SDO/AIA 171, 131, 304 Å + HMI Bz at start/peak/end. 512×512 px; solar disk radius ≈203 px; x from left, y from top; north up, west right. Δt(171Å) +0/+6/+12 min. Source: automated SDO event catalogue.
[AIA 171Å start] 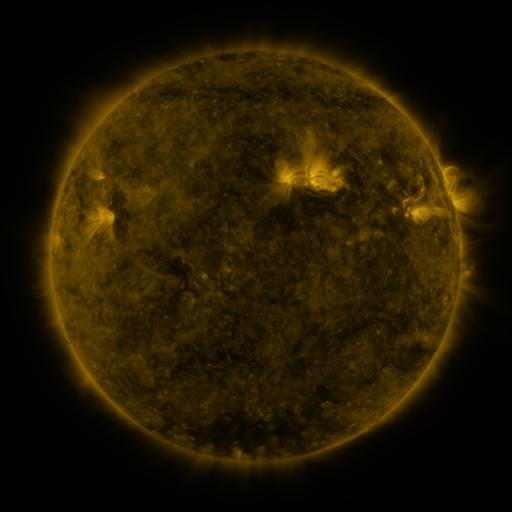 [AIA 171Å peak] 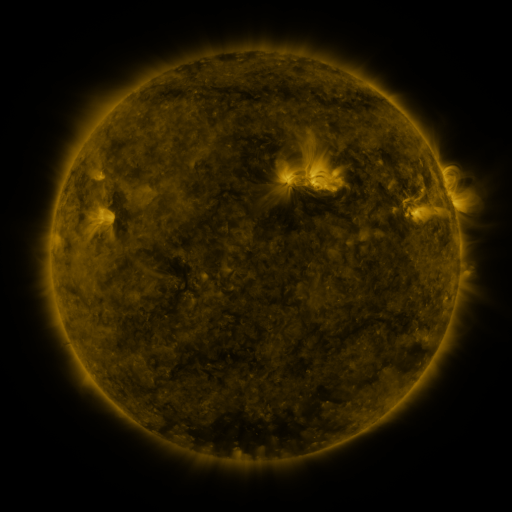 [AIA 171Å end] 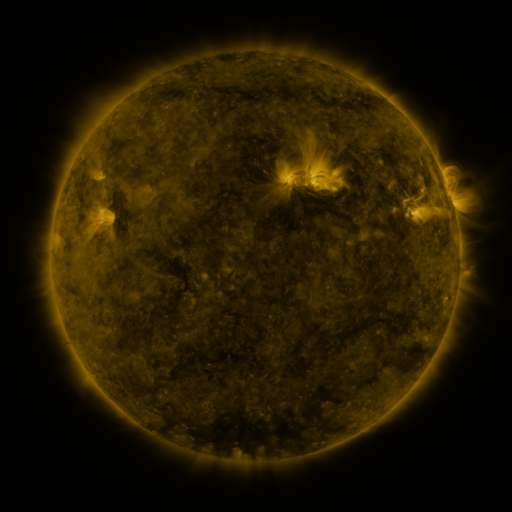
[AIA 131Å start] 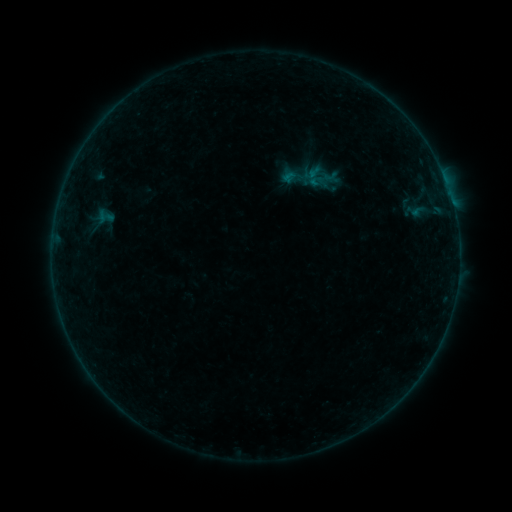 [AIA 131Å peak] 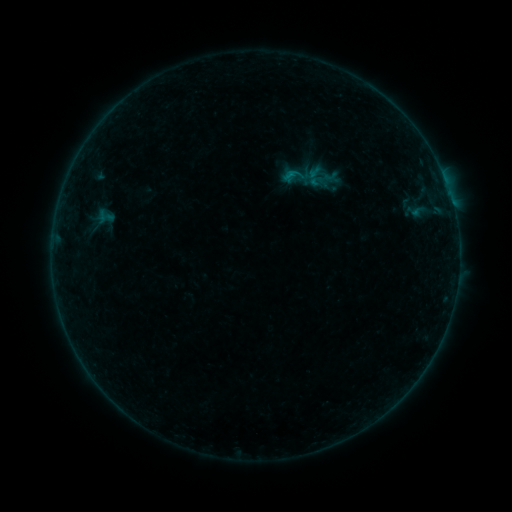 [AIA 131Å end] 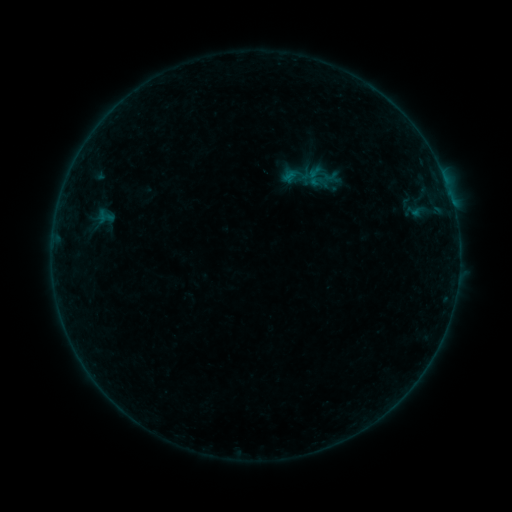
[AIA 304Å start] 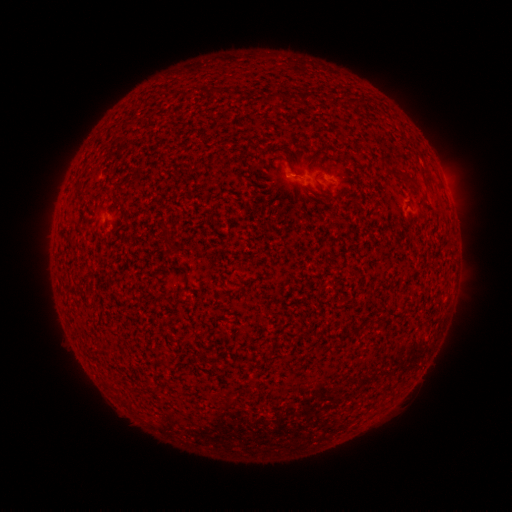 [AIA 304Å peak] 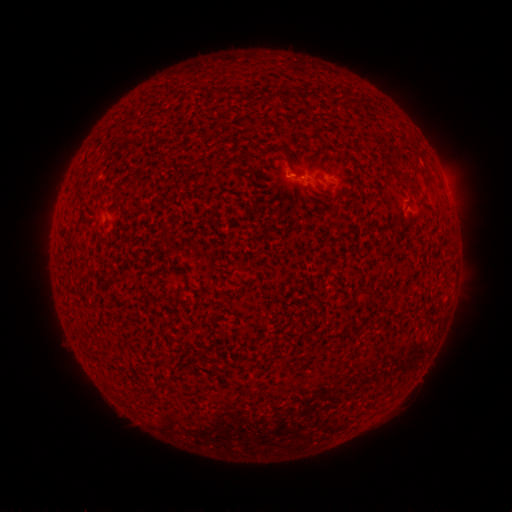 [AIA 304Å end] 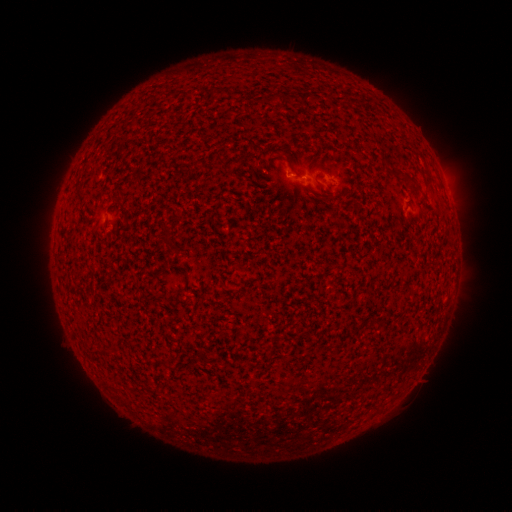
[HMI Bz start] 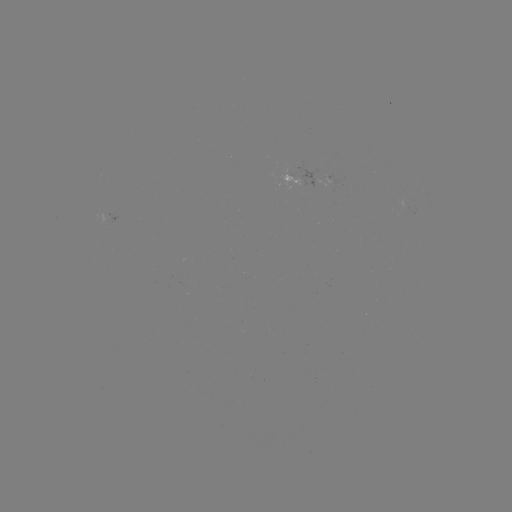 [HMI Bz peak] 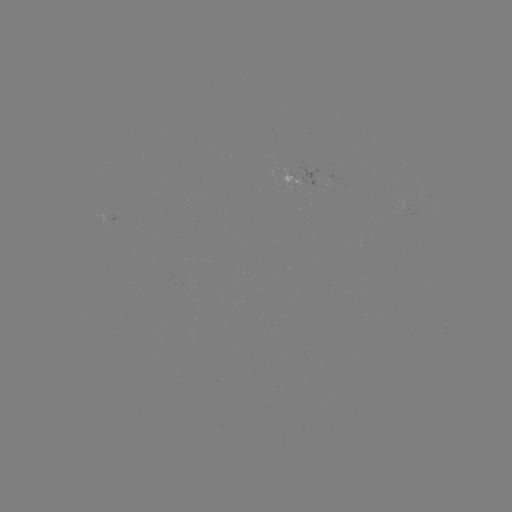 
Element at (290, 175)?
B1.7 flare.